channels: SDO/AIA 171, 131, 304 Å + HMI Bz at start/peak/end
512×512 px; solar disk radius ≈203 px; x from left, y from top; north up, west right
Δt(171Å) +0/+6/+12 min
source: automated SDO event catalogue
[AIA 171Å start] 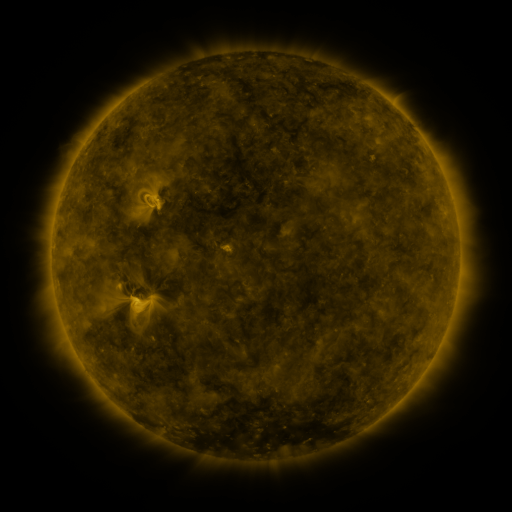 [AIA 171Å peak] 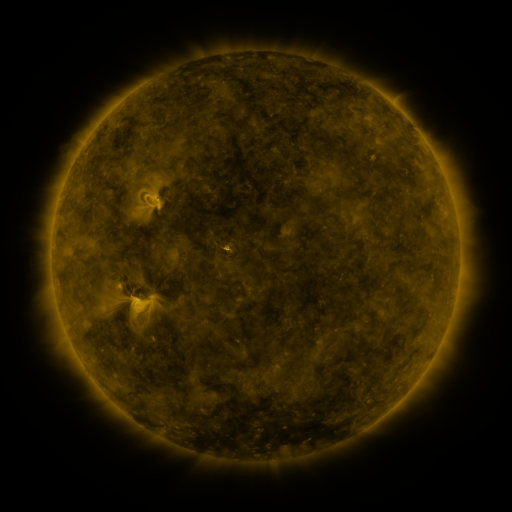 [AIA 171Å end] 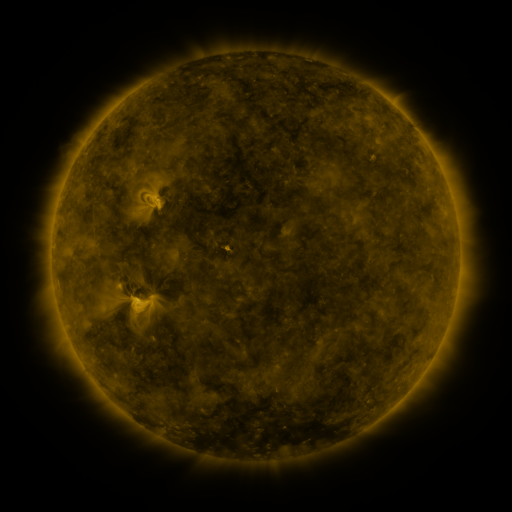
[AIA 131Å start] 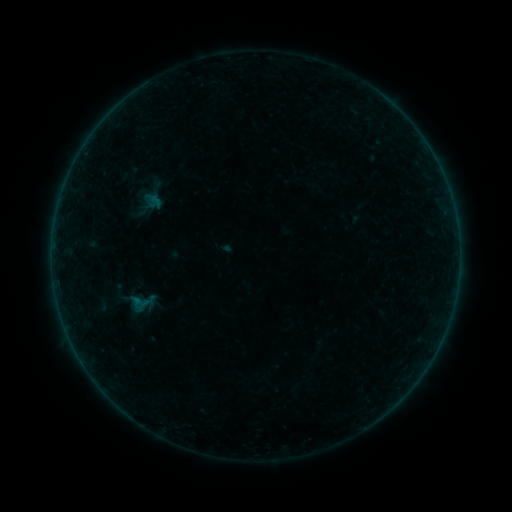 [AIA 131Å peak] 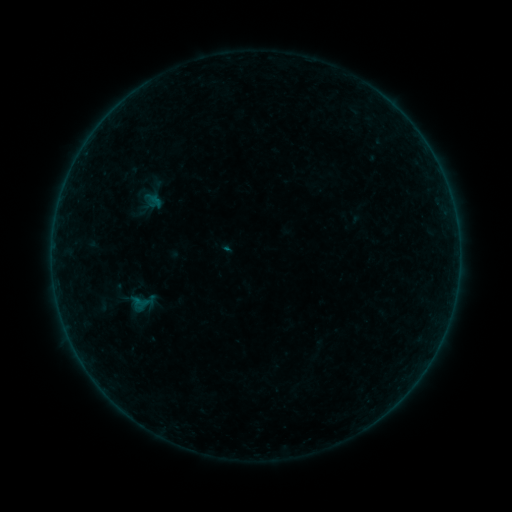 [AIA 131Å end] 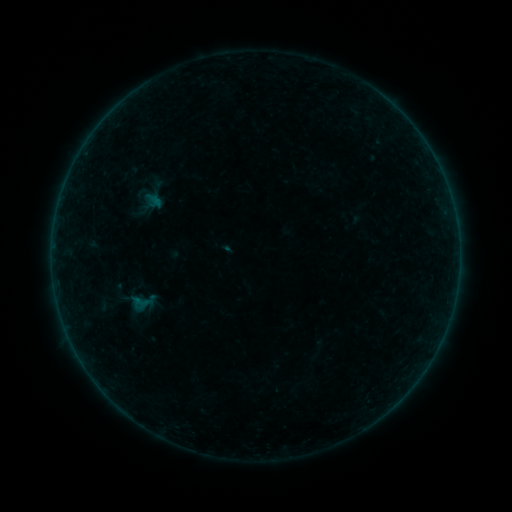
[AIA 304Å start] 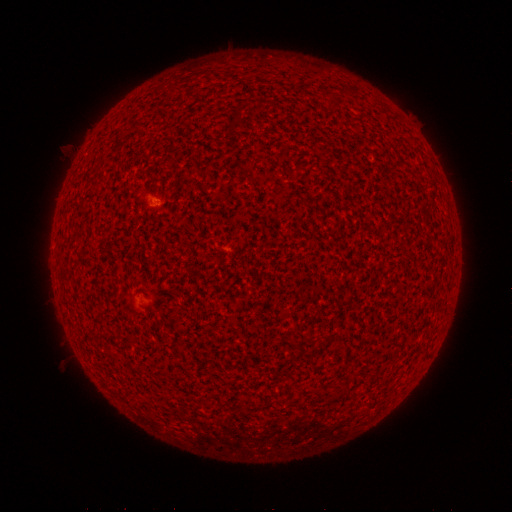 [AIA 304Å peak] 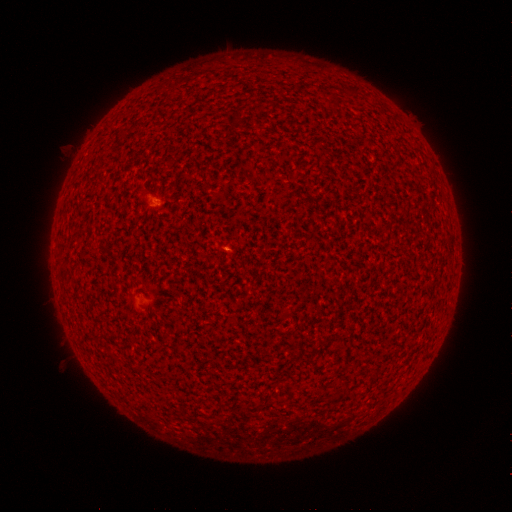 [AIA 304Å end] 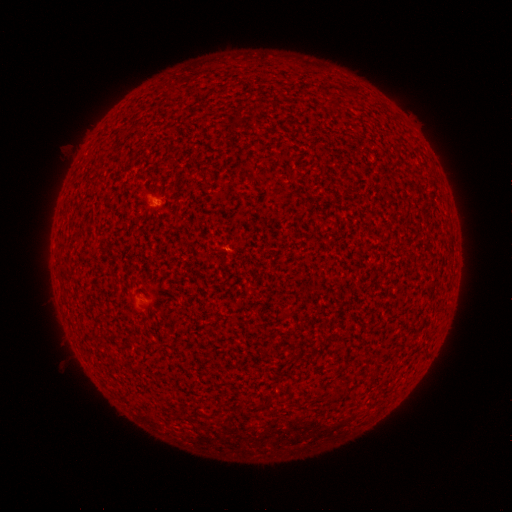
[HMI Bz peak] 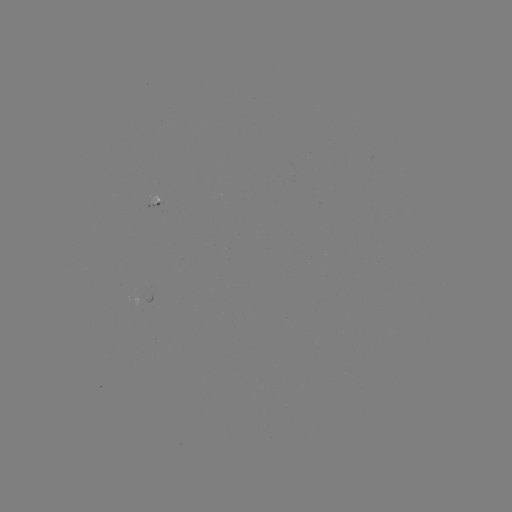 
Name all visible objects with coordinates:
A7.8 flare: (227, 248)
